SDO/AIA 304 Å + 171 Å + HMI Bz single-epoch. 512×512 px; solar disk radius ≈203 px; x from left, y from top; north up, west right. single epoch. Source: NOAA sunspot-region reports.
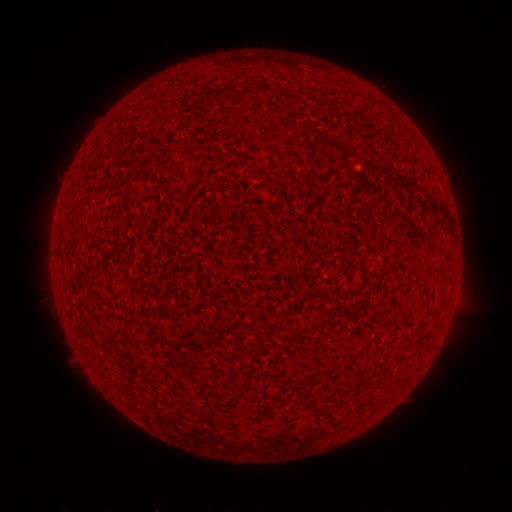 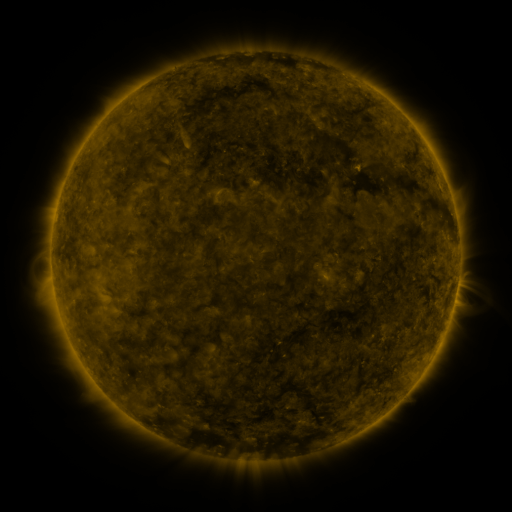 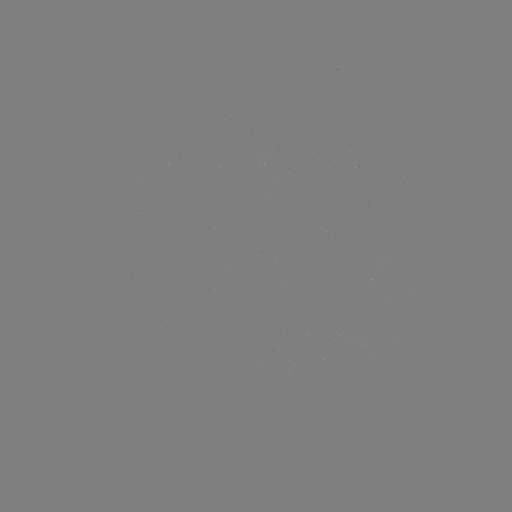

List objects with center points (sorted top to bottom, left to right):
(none)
